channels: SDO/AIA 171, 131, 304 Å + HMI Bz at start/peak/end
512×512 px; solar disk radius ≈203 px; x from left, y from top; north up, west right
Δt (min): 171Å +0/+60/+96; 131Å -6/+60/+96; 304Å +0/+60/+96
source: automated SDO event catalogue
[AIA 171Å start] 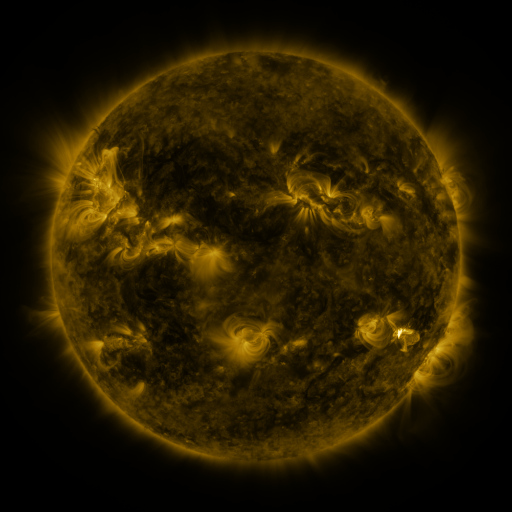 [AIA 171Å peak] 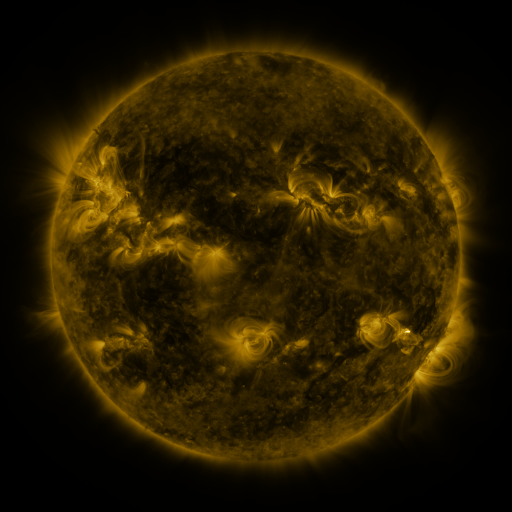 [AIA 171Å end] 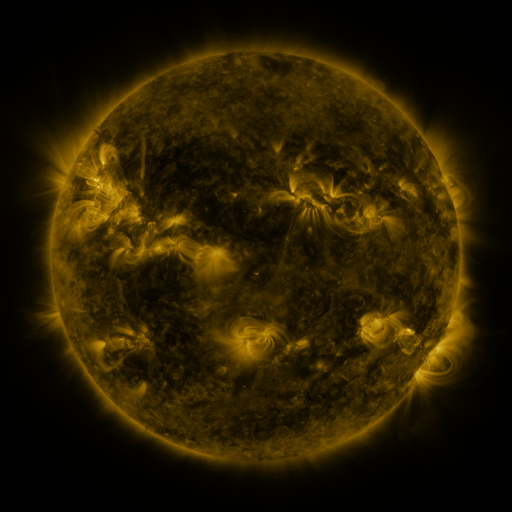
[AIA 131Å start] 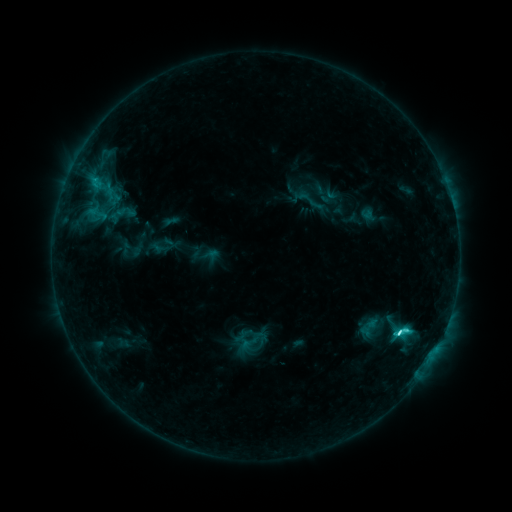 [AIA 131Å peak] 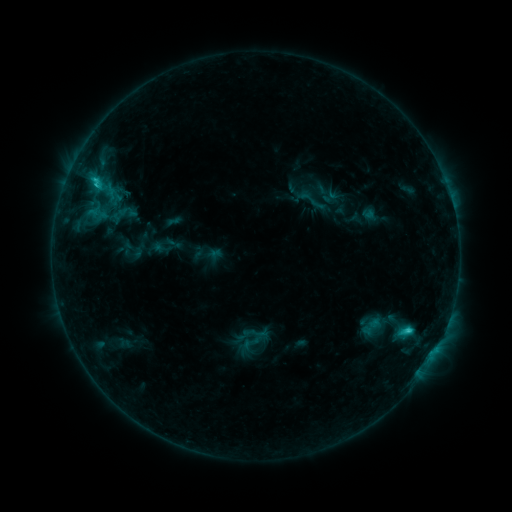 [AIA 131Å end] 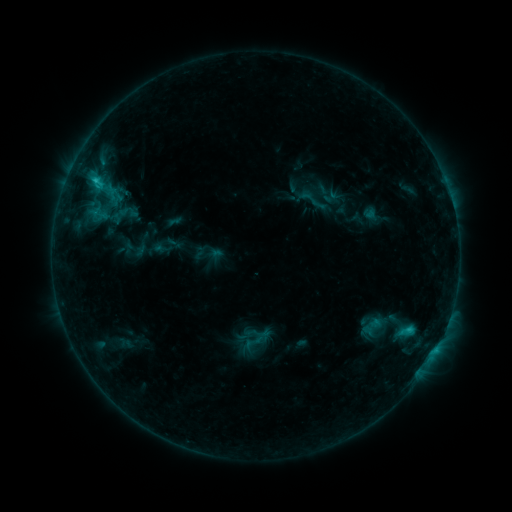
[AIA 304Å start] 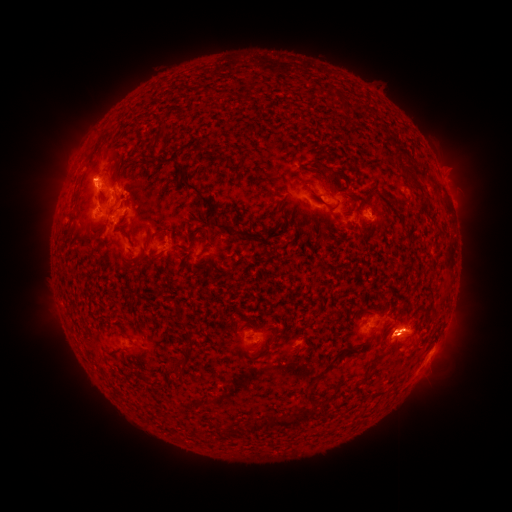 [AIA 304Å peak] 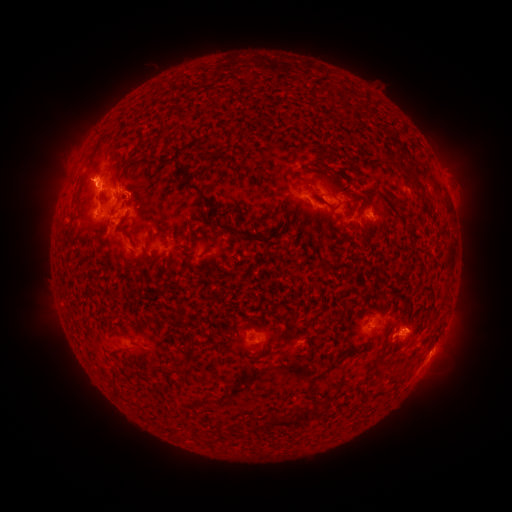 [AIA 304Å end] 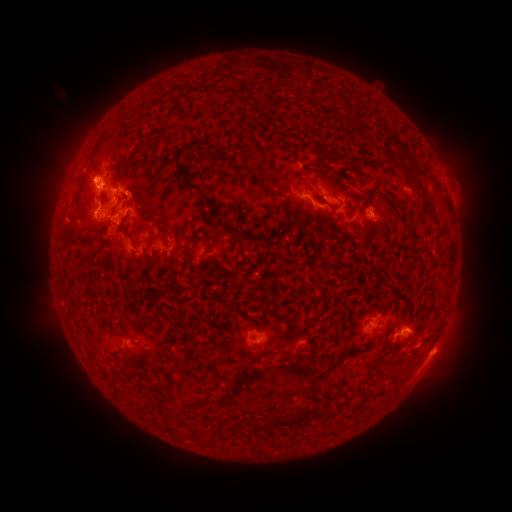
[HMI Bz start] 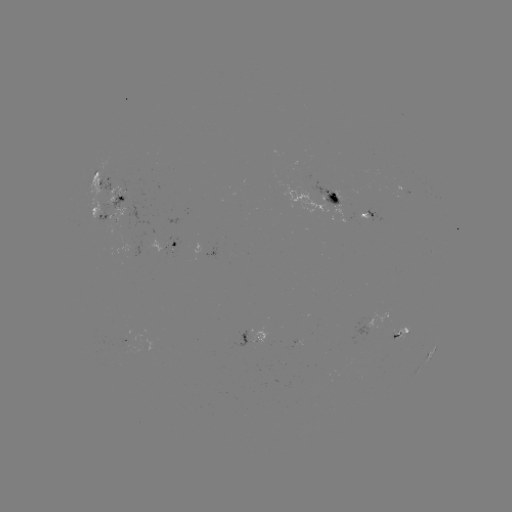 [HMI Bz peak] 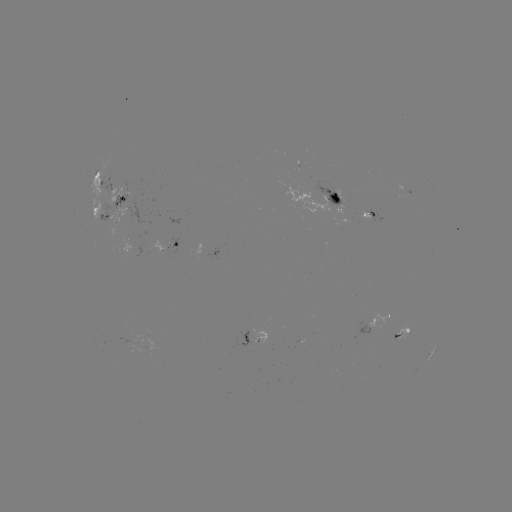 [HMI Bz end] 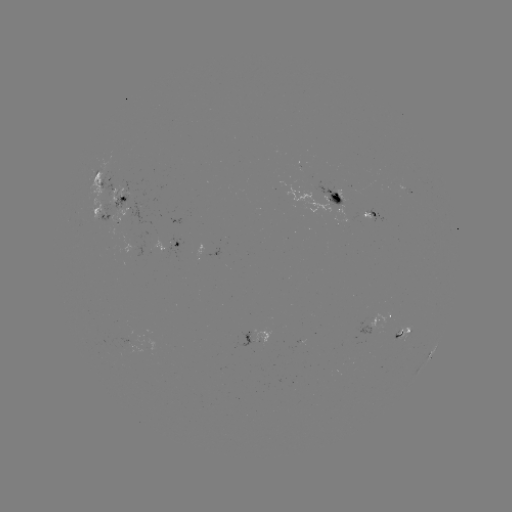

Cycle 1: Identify emerging-flux region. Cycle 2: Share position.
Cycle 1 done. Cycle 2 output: (396, 333).